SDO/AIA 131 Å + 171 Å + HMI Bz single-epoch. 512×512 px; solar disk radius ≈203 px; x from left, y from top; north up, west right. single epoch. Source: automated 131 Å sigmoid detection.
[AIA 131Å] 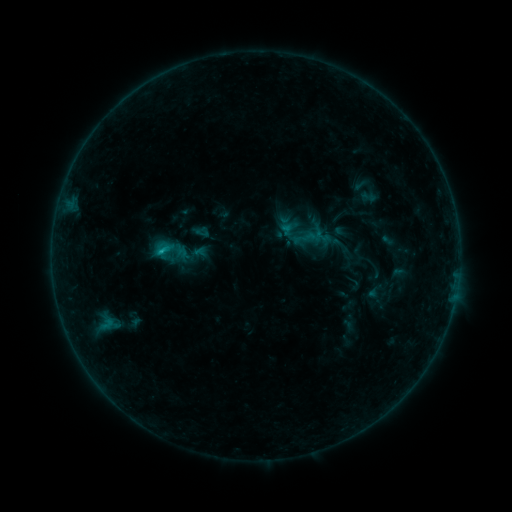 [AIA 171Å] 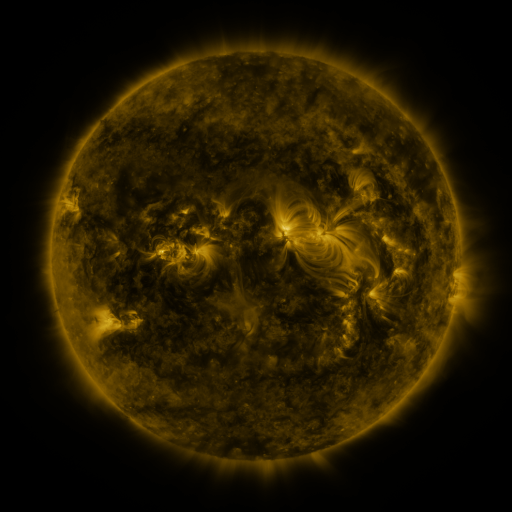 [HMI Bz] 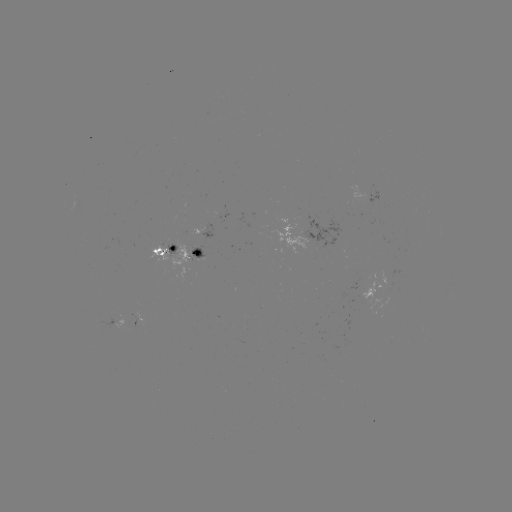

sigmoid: (357, 188, 380, 205)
